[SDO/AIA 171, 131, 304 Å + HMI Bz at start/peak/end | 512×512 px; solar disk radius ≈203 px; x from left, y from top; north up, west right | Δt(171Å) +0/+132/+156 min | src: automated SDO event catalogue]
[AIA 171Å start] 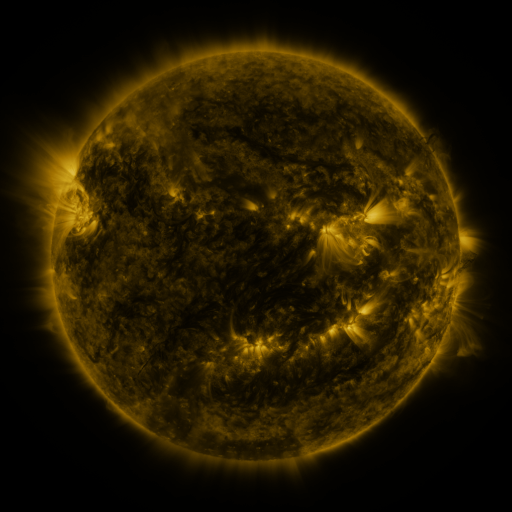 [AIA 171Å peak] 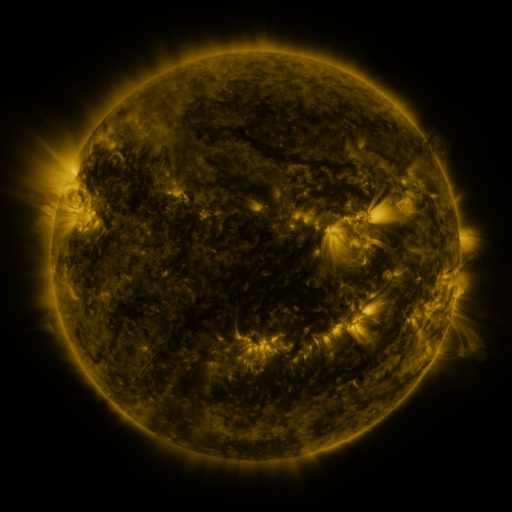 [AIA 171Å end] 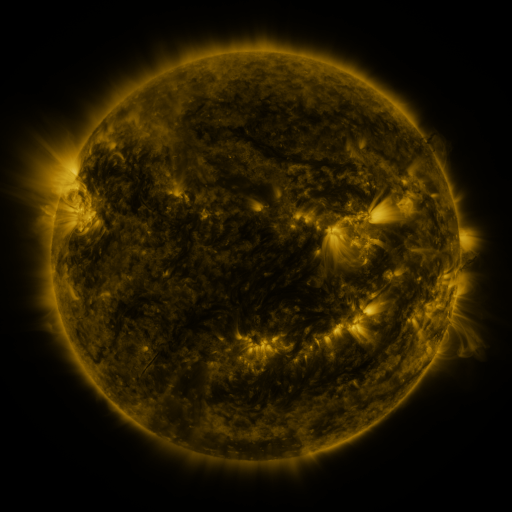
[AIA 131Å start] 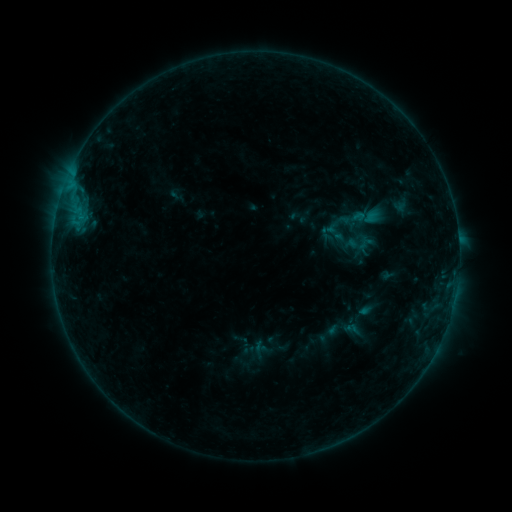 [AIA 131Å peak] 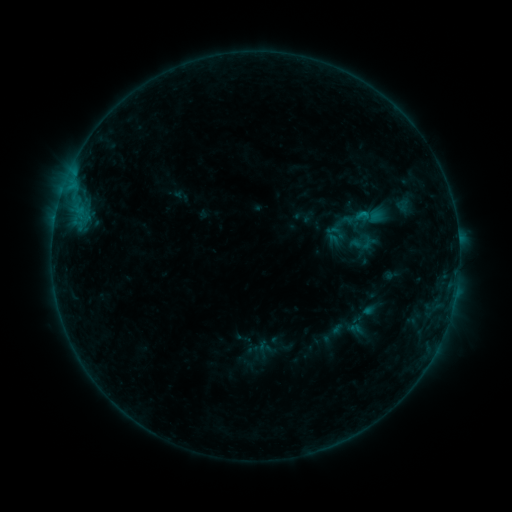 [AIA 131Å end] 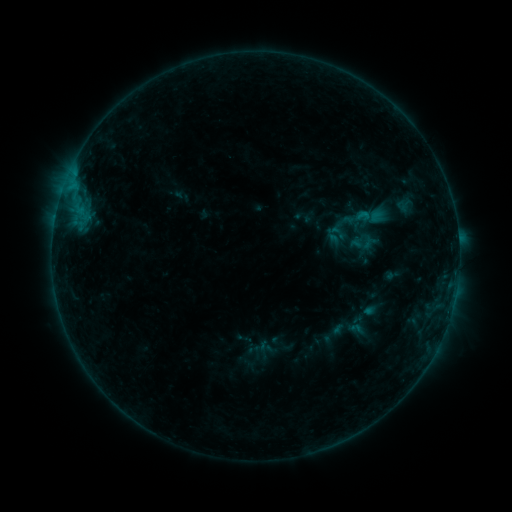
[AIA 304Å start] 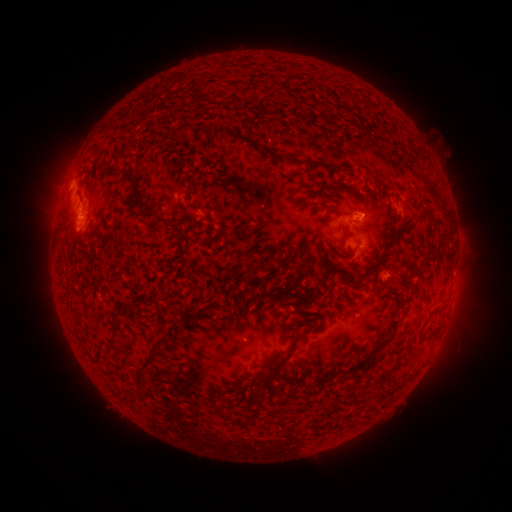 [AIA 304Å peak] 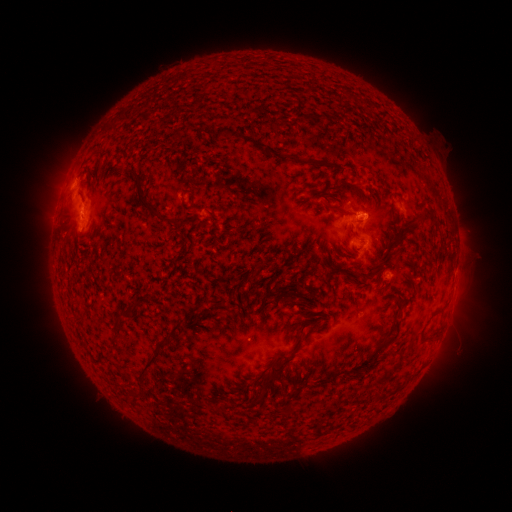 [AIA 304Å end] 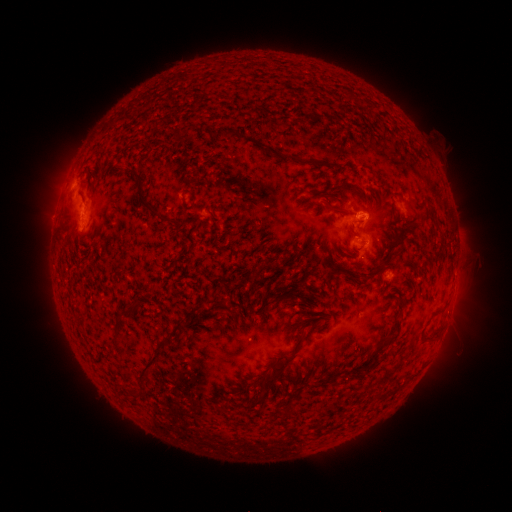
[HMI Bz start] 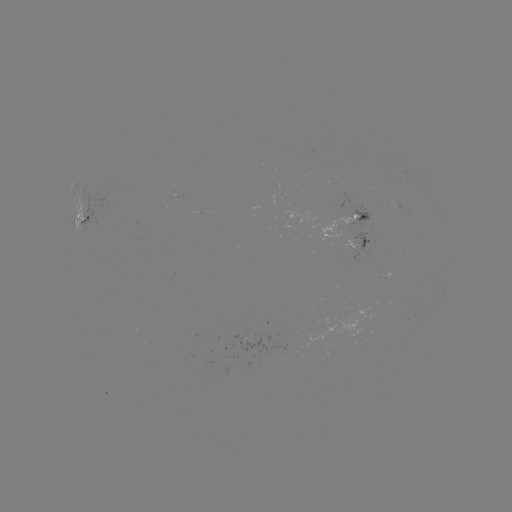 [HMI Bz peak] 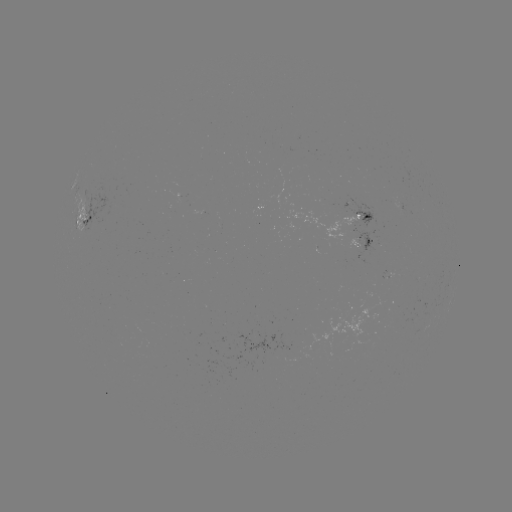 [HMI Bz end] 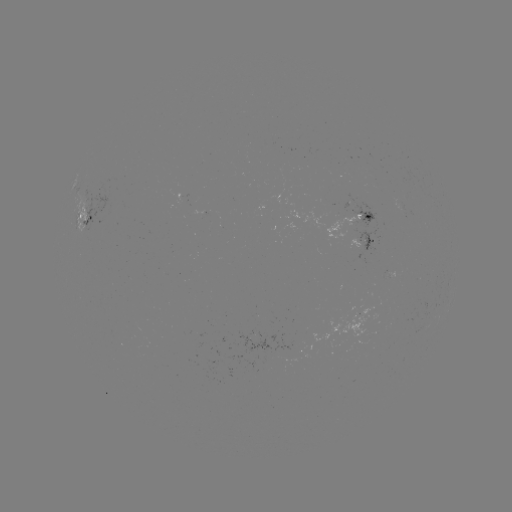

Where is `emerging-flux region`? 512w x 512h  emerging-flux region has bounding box [347, 239, 360, 249].